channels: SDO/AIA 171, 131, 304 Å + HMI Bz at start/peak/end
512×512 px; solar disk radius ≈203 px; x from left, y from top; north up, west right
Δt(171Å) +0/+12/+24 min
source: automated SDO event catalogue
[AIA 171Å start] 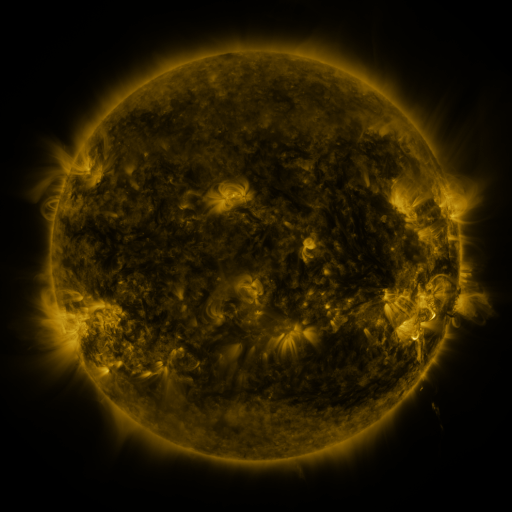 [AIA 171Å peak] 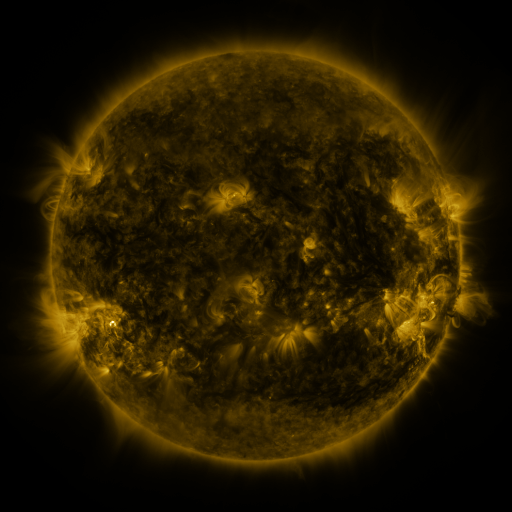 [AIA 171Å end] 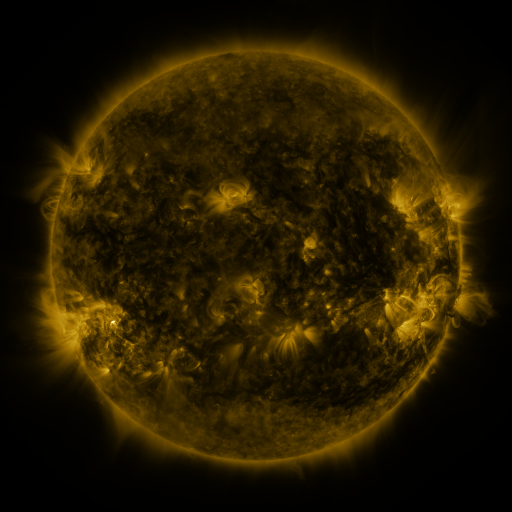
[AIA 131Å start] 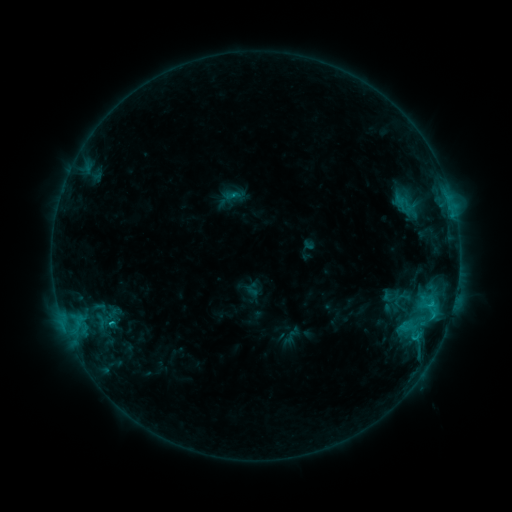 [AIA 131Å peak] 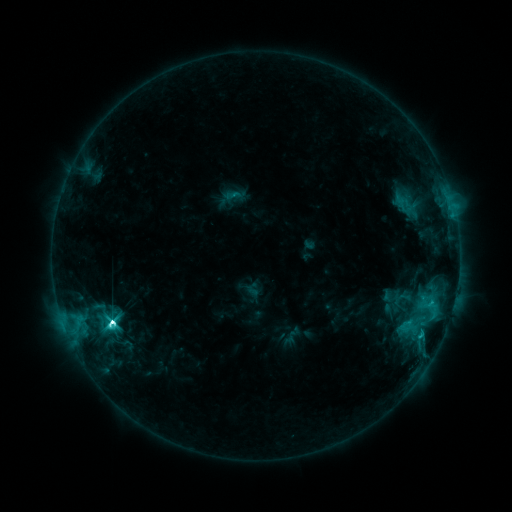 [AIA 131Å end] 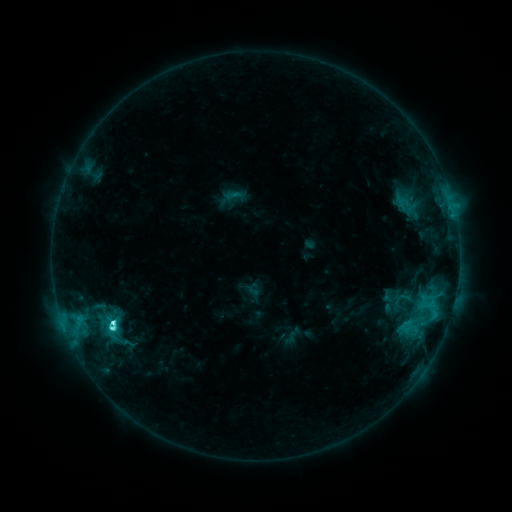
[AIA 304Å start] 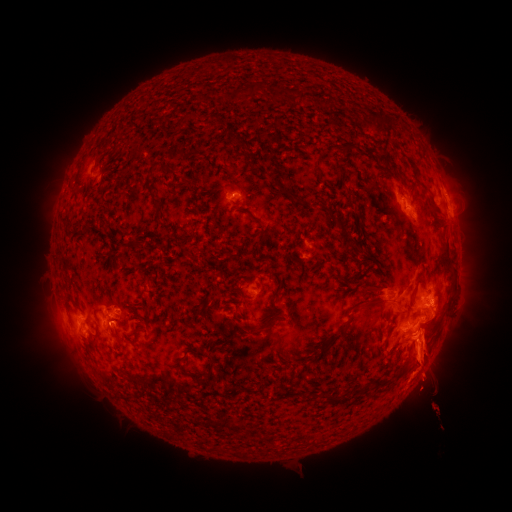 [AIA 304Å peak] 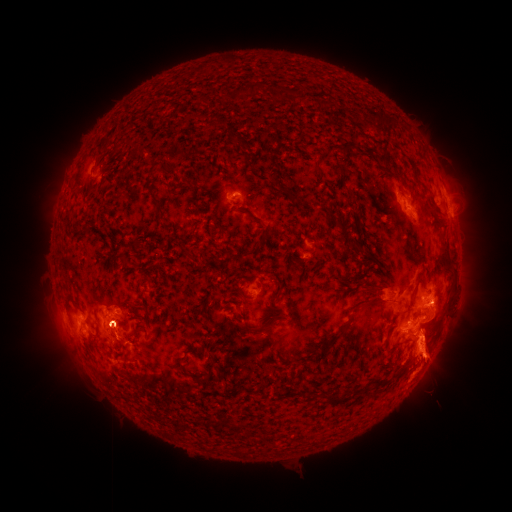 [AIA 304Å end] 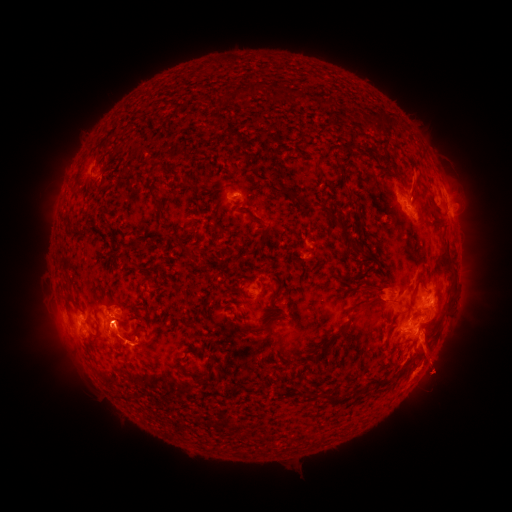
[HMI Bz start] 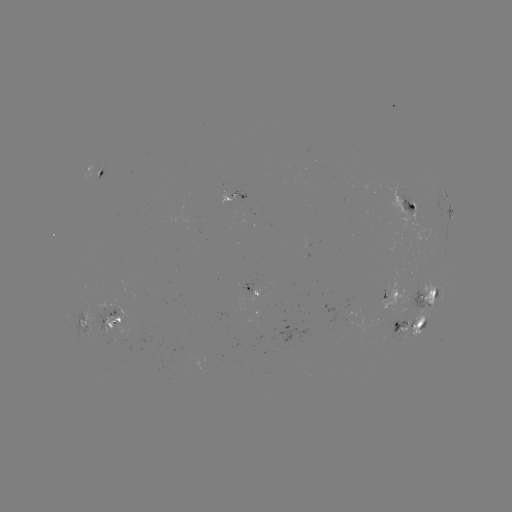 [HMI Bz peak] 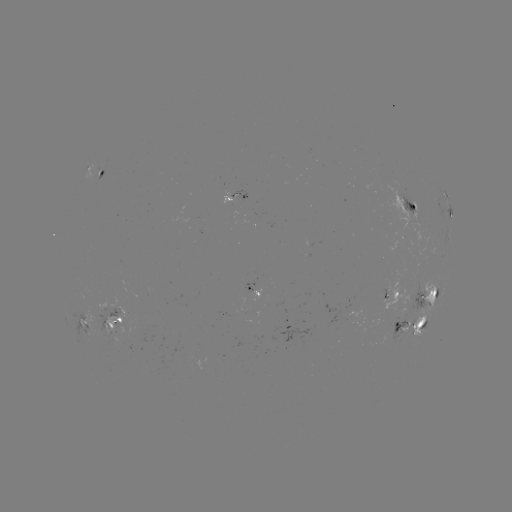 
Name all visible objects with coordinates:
M1.3 flare: (114, 320)
